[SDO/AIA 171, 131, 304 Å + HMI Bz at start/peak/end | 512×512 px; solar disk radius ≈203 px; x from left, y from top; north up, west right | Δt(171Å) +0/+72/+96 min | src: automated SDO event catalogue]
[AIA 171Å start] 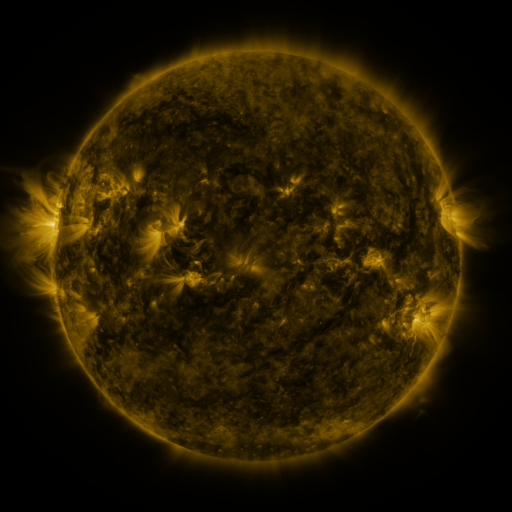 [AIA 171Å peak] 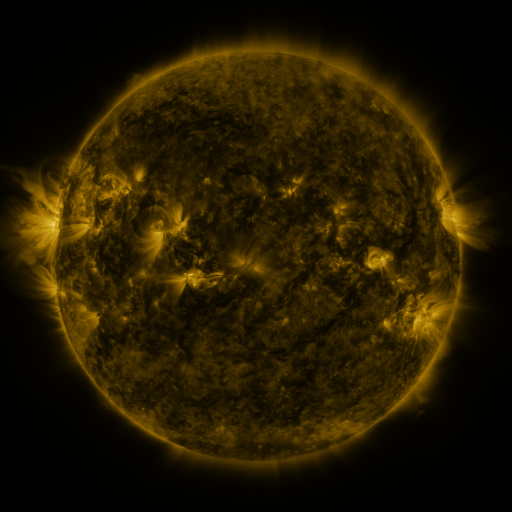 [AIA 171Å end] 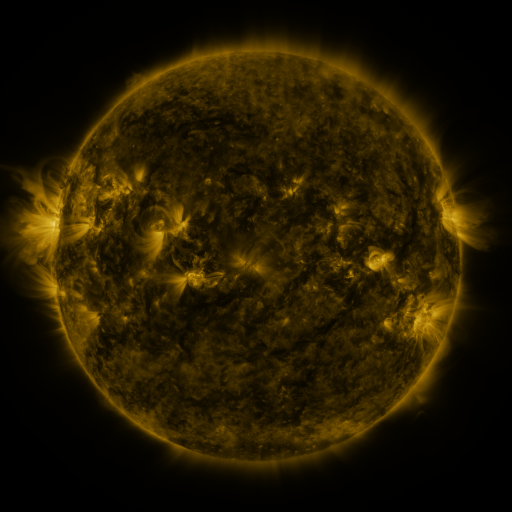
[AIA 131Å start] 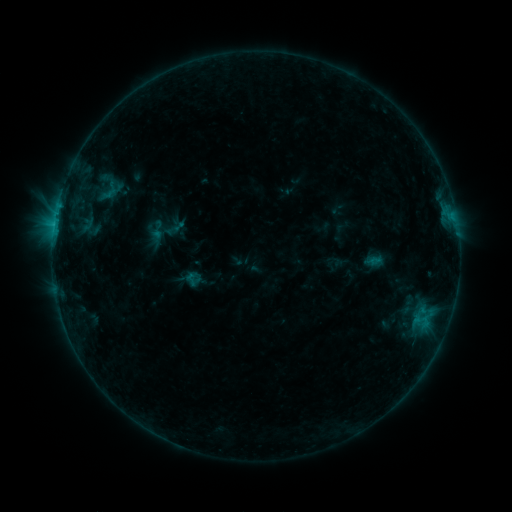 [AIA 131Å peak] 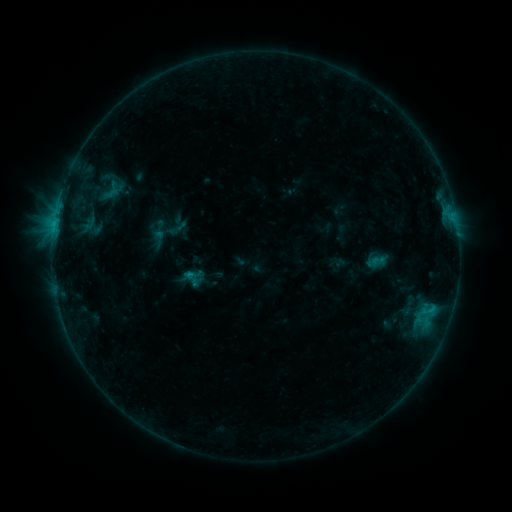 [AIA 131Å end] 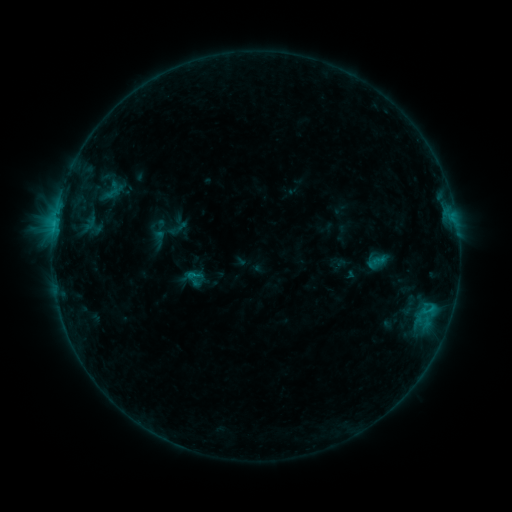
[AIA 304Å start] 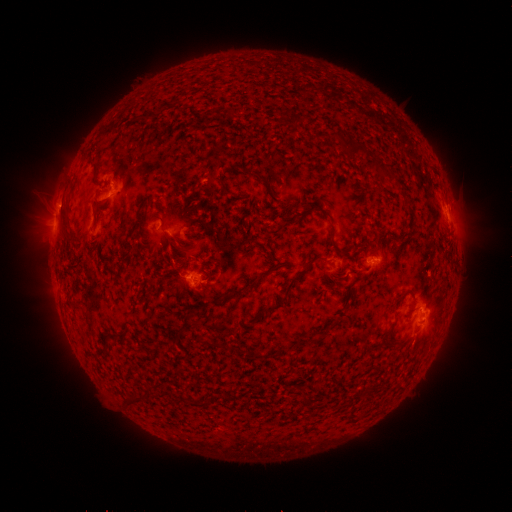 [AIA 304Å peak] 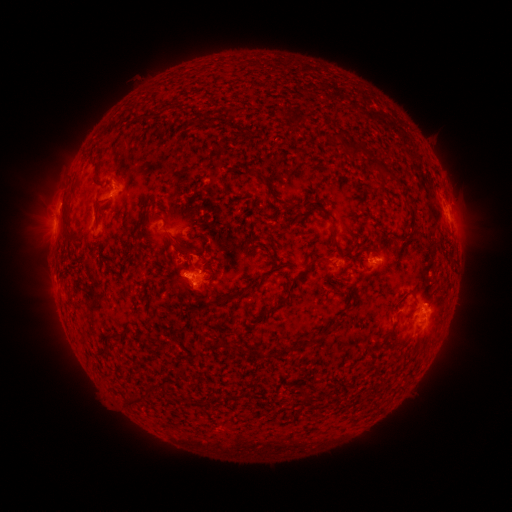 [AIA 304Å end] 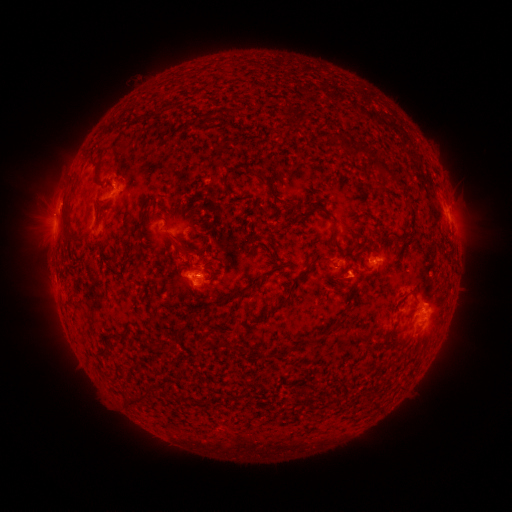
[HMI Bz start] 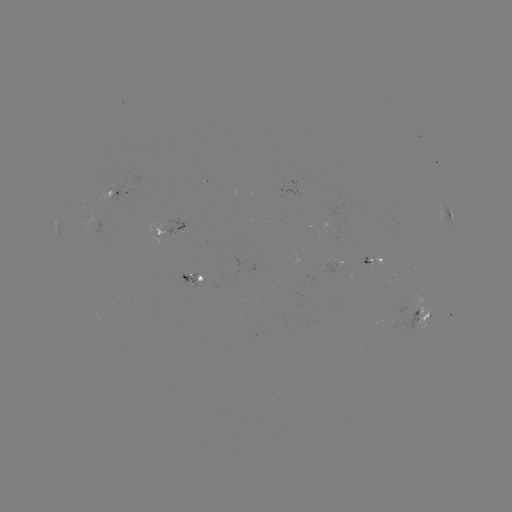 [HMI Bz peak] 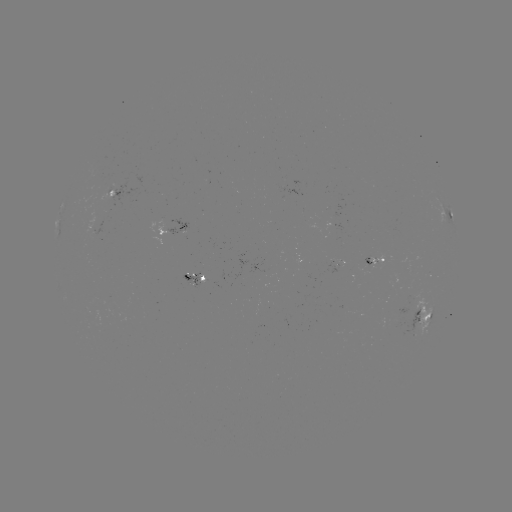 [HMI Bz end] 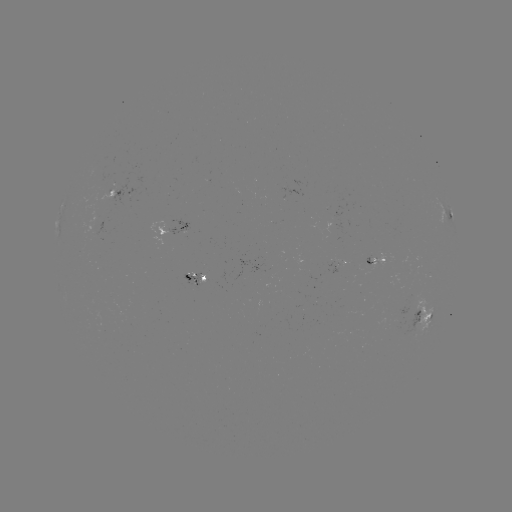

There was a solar emerging-flux region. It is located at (361, 271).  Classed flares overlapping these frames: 1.